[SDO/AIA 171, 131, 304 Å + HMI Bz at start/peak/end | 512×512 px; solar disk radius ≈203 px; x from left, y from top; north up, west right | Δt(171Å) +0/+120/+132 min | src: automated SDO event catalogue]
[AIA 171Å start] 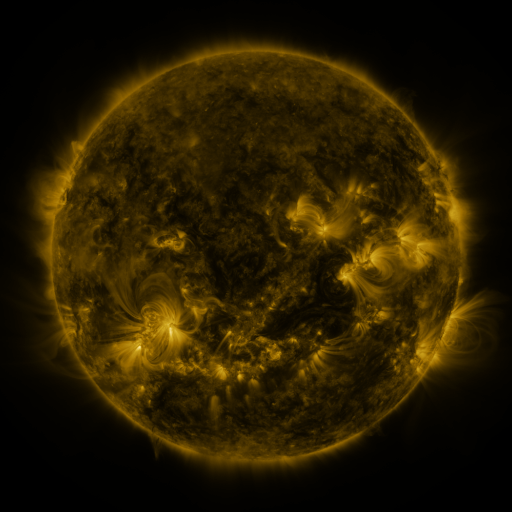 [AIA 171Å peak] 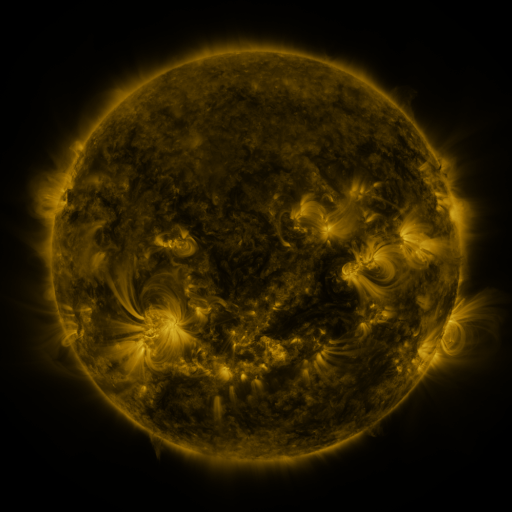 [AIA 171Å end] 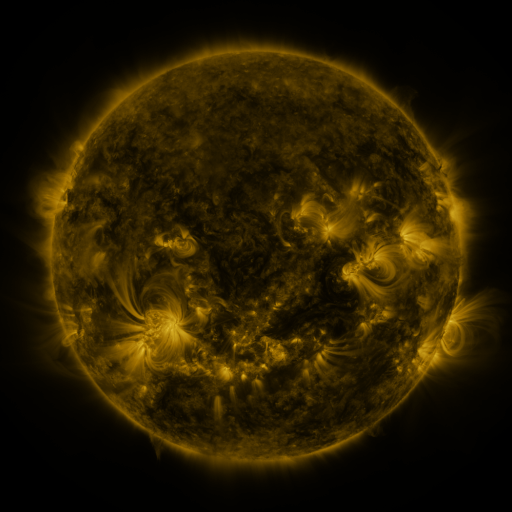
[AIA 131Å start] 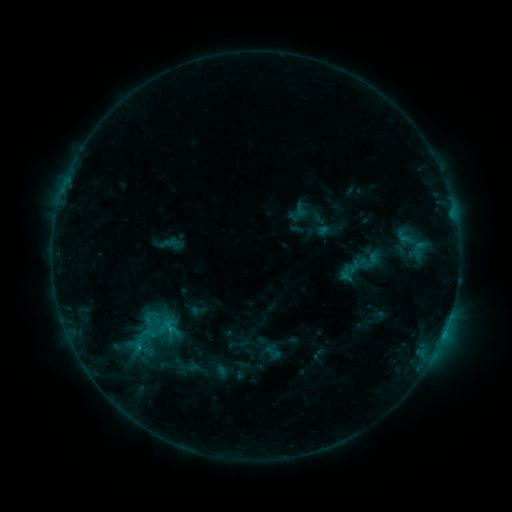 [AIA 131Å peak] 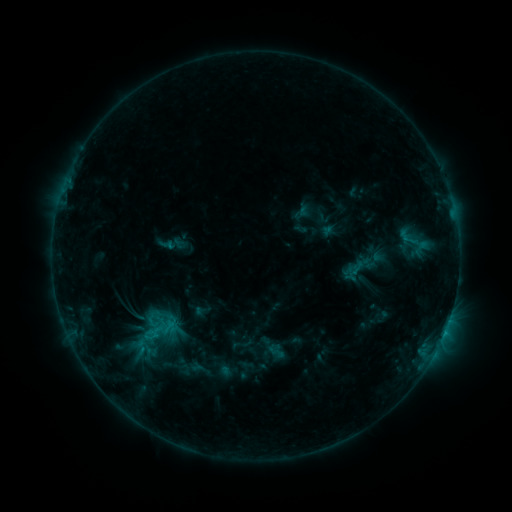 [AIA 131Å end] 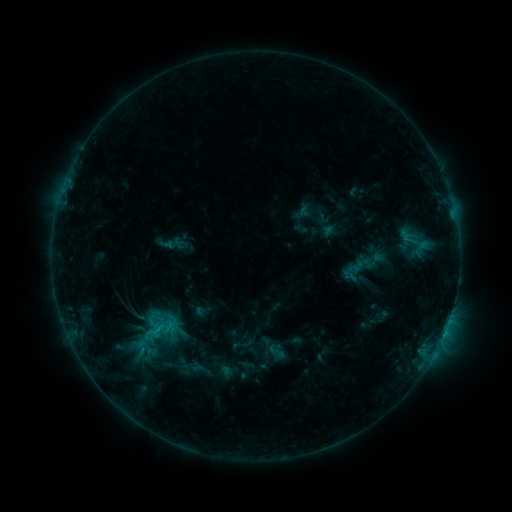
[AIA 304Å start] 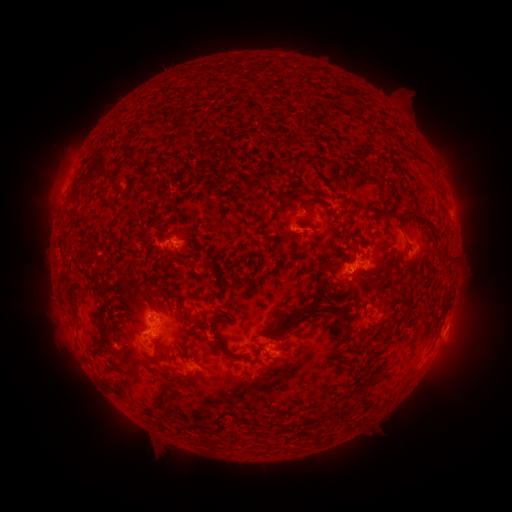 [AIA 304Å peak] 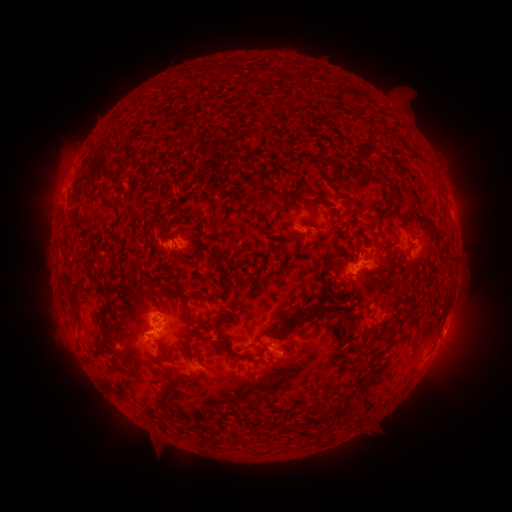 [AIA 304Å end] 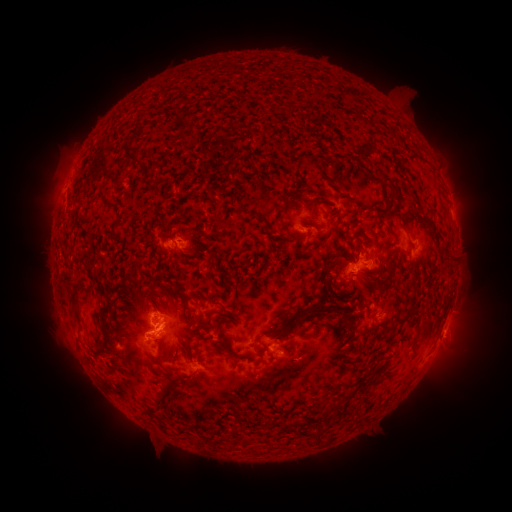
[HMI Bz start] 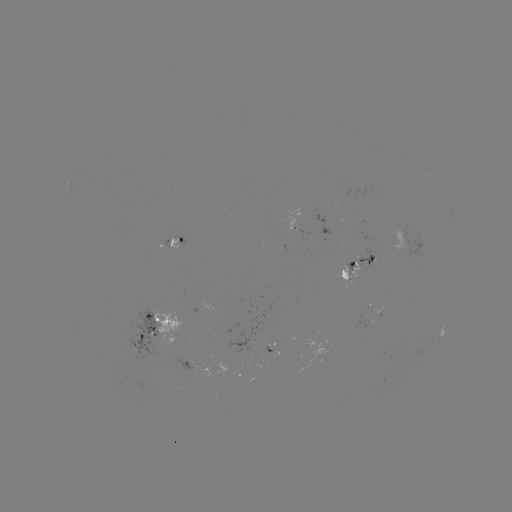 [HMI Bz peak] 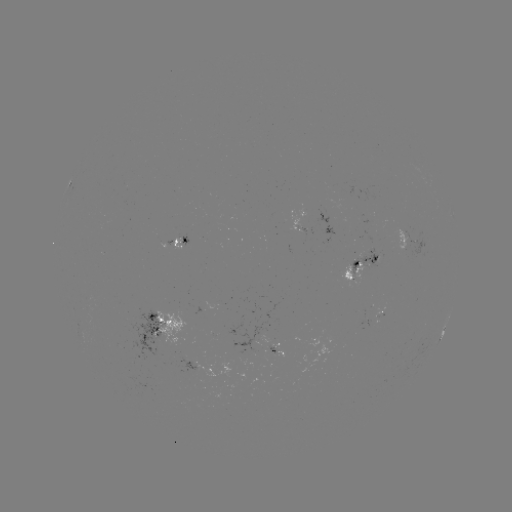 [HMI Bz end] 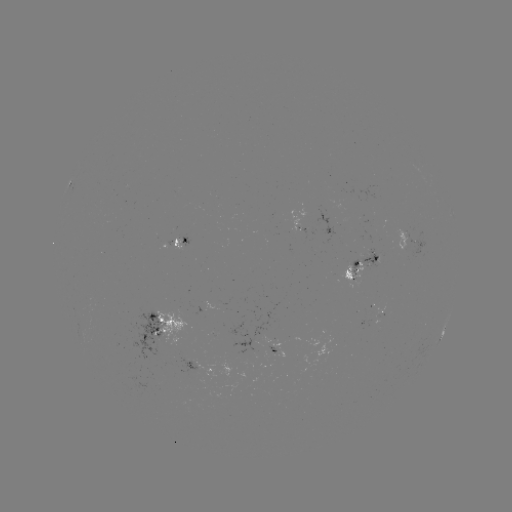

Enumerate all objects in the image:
emerging-flux region: (273, 352)
